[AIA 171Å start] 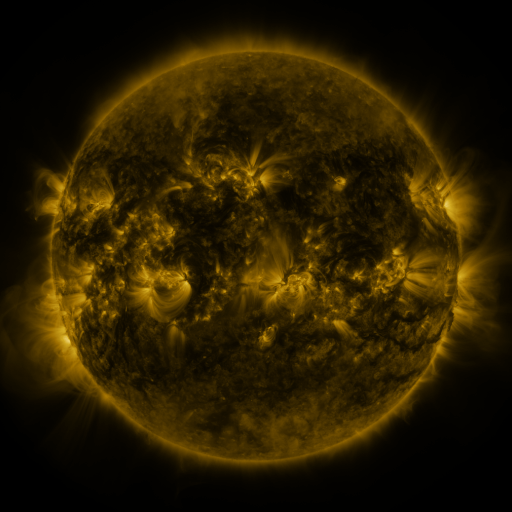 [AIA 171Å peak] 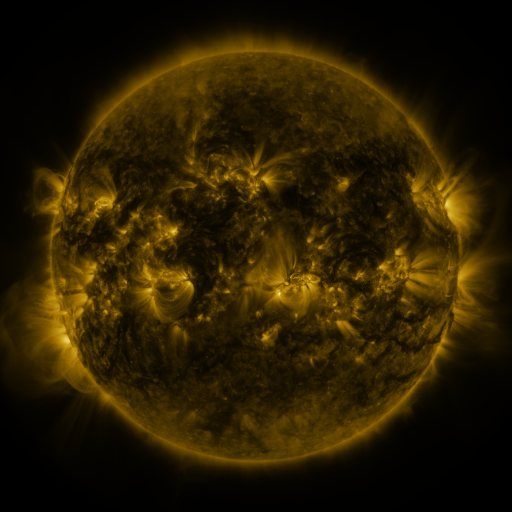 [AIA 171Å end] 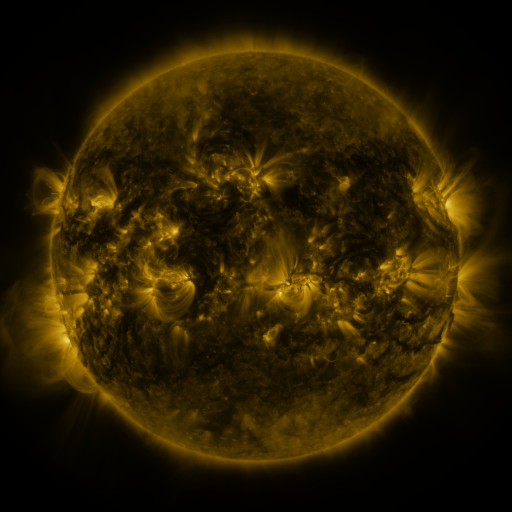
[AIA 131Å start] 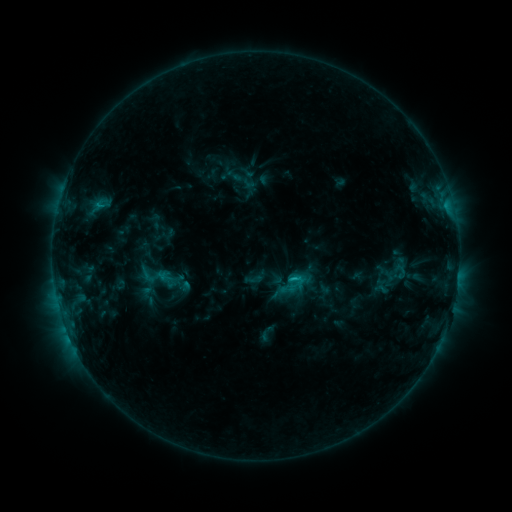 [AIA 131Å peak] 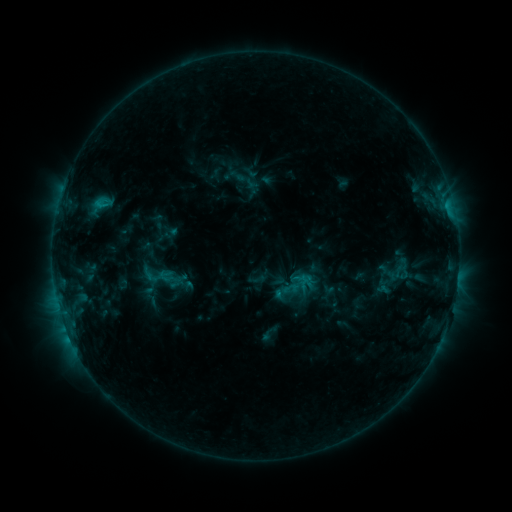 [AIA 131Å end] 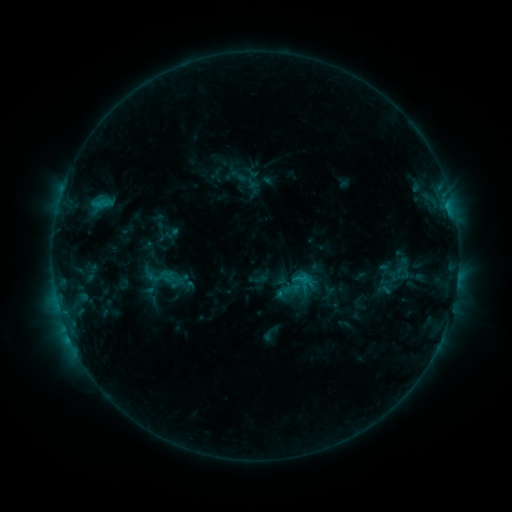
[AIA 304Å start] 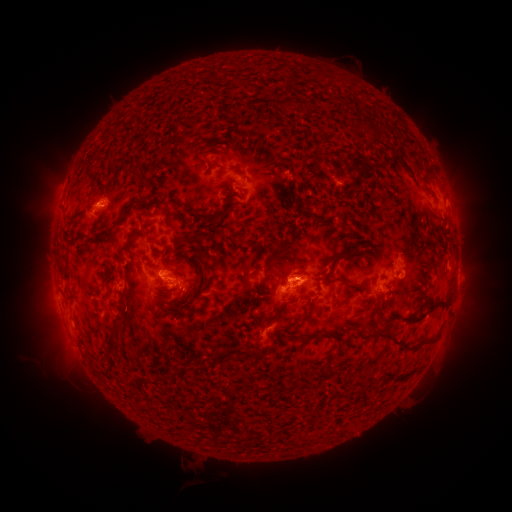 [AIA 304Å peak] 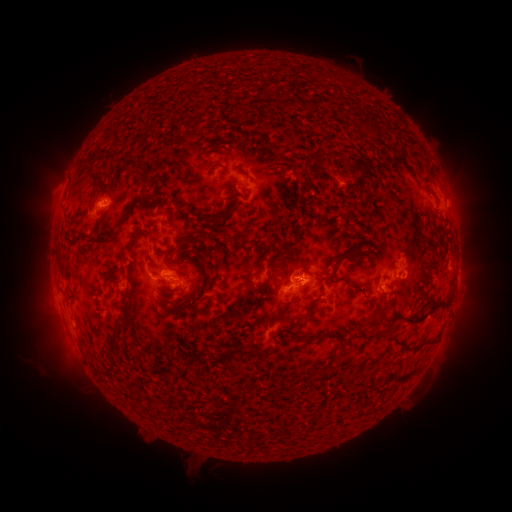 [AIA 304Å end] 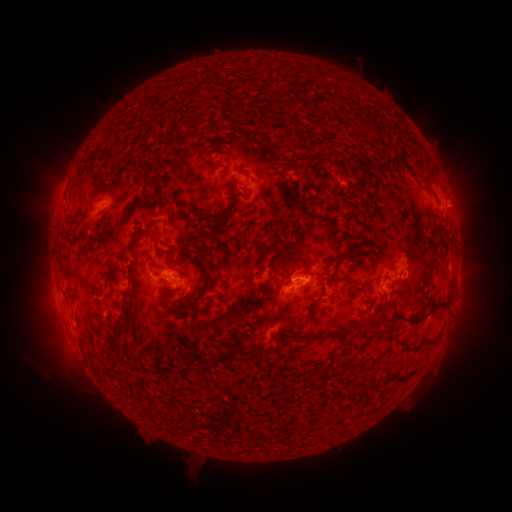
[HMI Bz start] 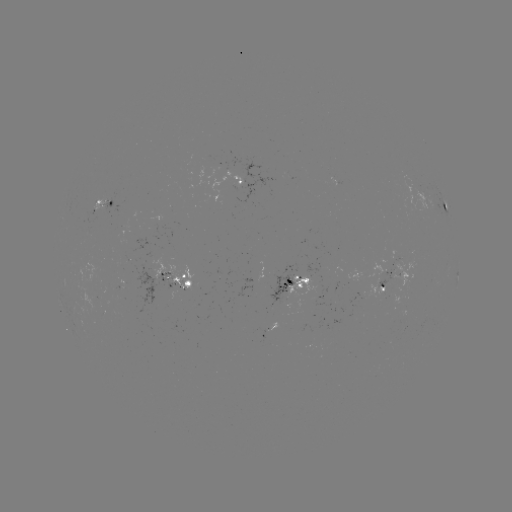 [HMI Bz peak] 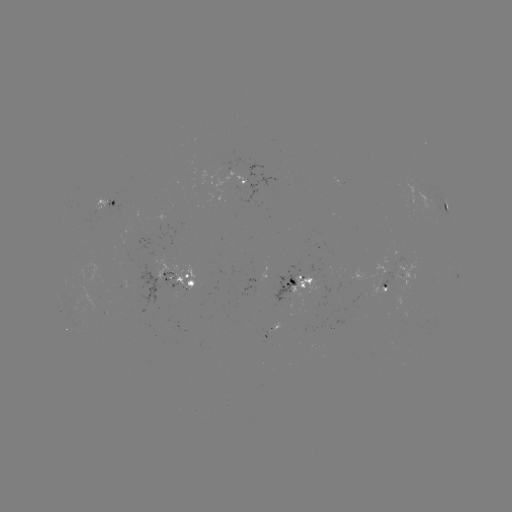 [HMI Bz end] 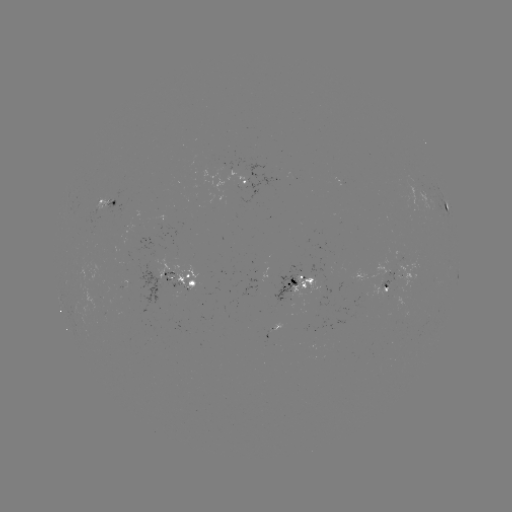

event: emerging-flux region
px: (99, 317)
